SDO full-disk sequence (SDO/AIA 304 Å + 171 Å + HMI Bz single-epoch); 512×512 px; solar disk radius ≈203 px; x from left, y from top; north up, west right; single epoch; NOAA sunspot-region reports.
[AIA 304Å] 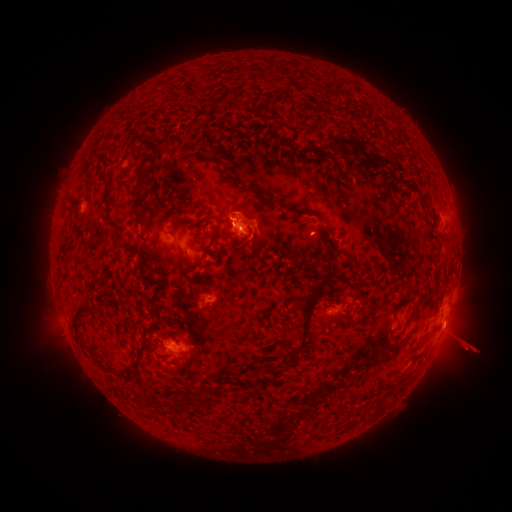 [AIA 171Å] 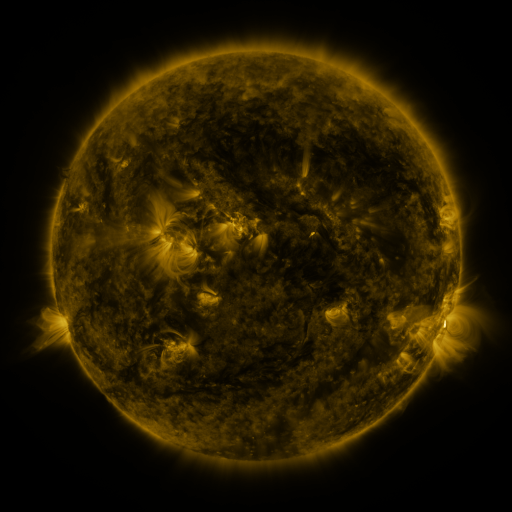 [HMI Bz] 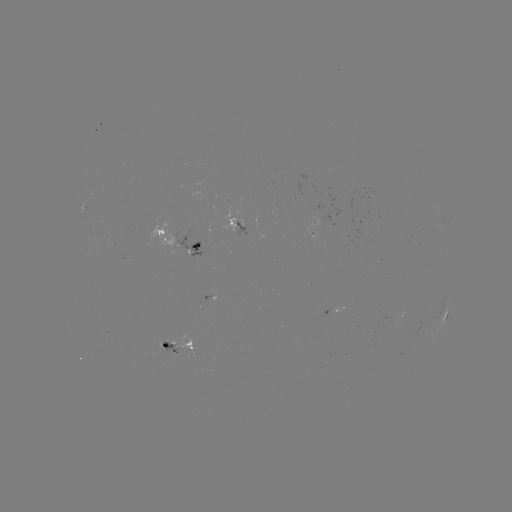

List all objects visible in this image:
spotted active region: (238, 227)
spotted active region: (180, 247)
spotted active region: (338, 306)
spotted active region: (446, 316)
spotted active region: (178, 346)
